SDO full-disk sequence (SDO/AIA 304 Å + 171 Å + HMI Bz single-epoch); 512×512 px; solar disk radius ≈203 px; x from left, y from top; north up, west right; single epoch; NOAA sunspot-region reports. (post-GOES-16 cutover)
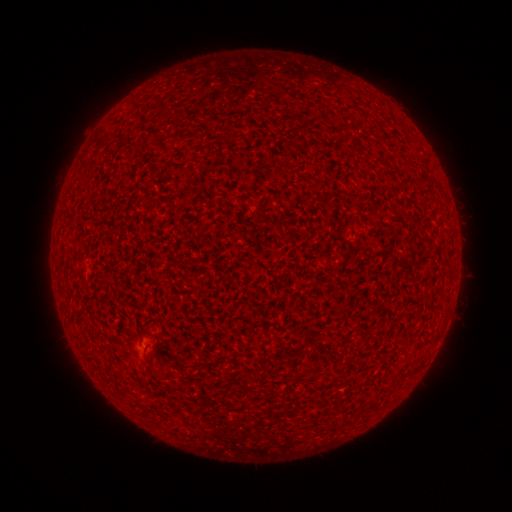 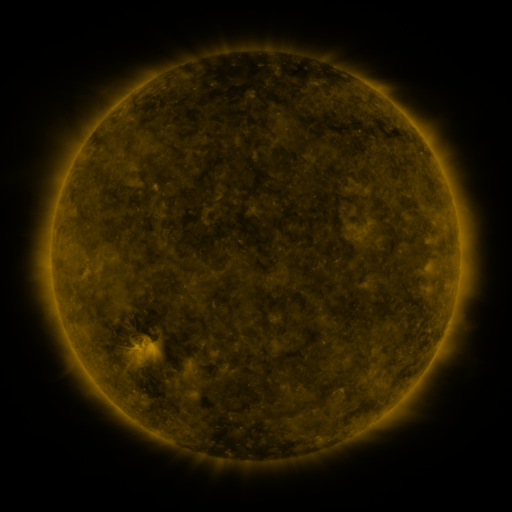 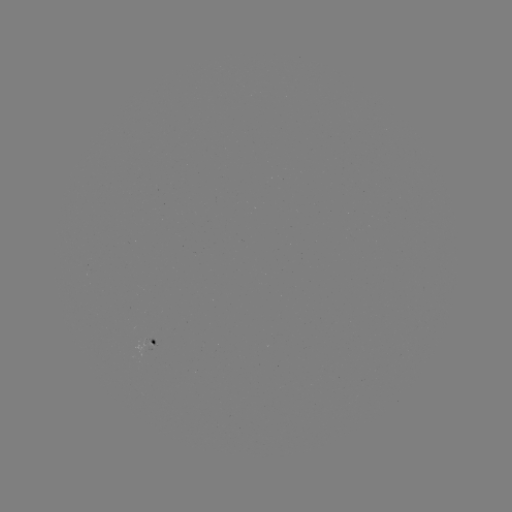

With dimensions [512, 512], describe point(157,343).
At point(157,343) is spotted active region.